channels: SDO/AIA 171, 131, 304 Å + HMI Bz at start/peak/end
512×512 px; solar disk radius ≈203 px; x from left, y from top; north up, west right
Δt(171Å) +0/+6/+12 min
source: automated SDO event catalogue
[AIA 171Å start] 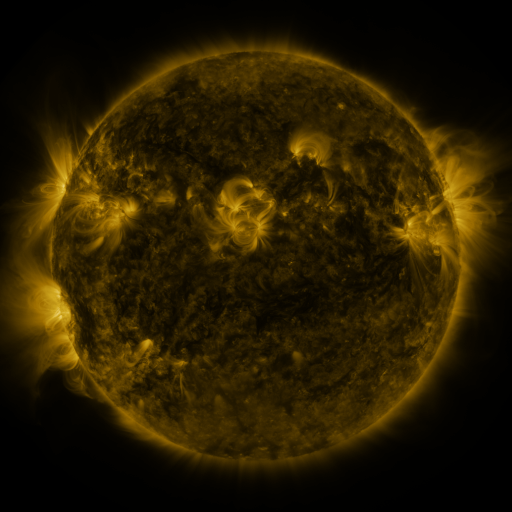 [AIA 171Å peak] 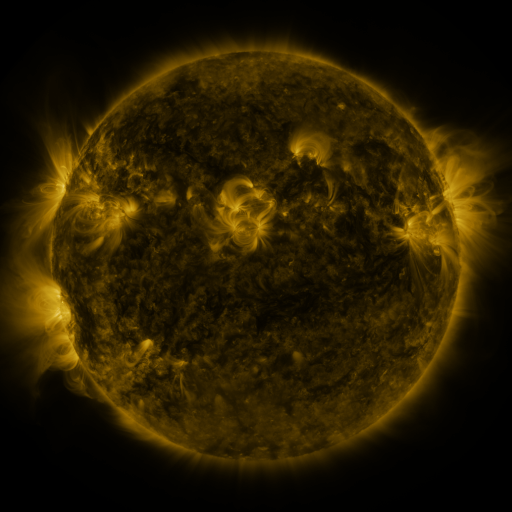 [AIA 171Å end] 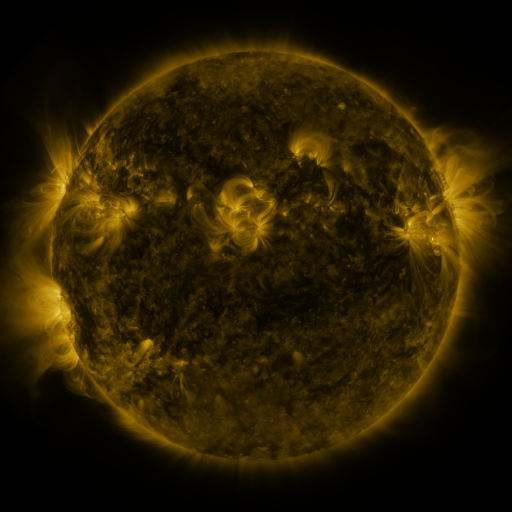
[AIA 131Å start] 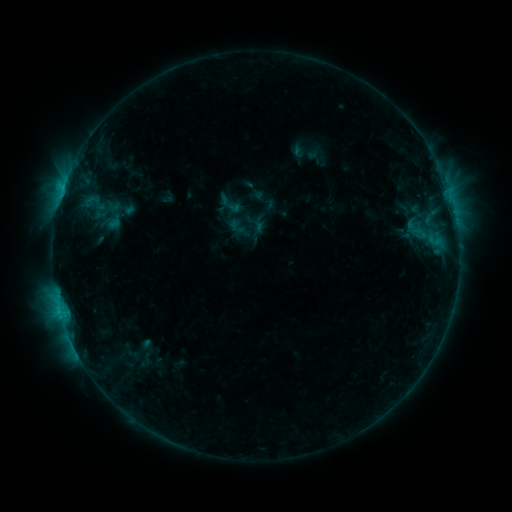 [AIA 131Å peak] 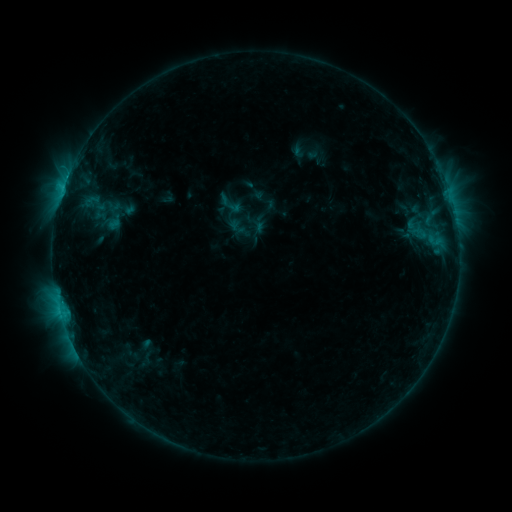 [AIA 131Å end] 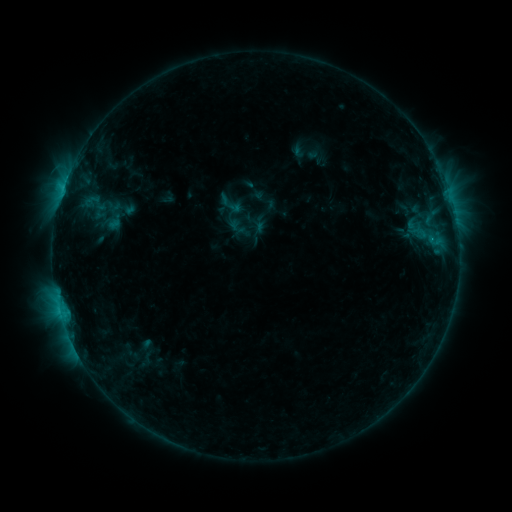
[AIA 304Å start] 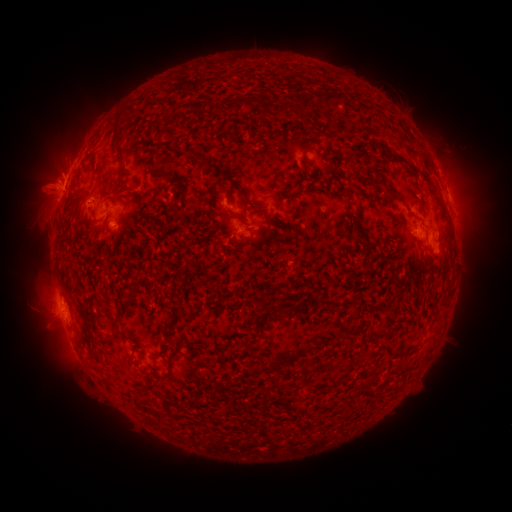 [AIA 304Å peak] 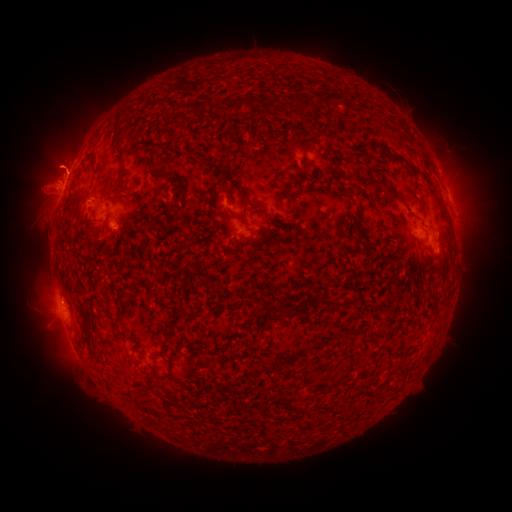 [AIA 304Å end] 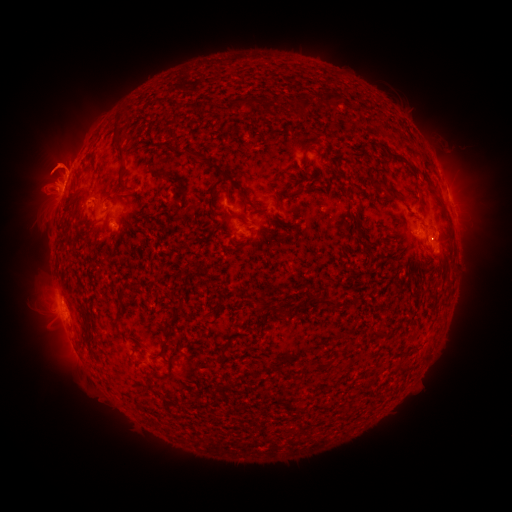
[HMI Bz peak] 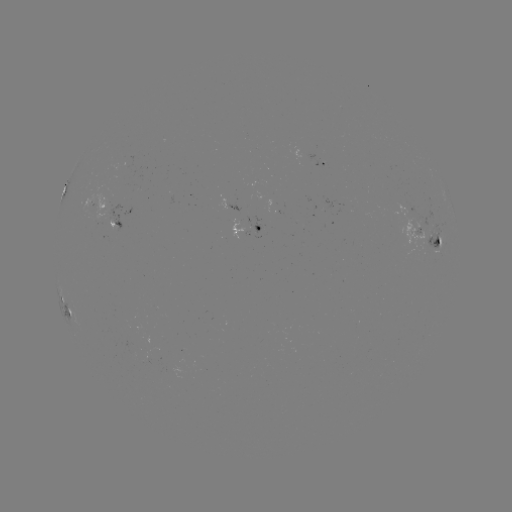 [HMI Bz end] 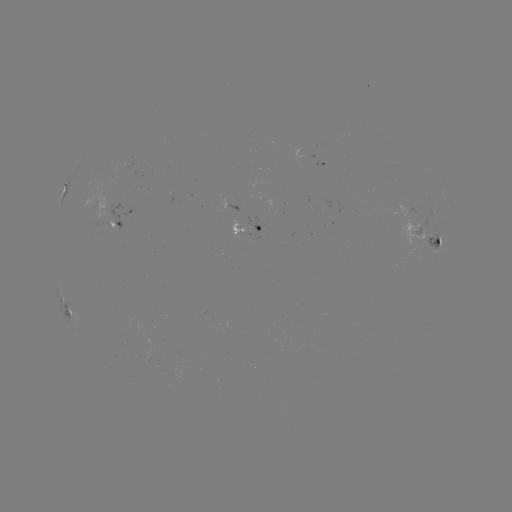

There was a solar eruption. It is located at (57, 165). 